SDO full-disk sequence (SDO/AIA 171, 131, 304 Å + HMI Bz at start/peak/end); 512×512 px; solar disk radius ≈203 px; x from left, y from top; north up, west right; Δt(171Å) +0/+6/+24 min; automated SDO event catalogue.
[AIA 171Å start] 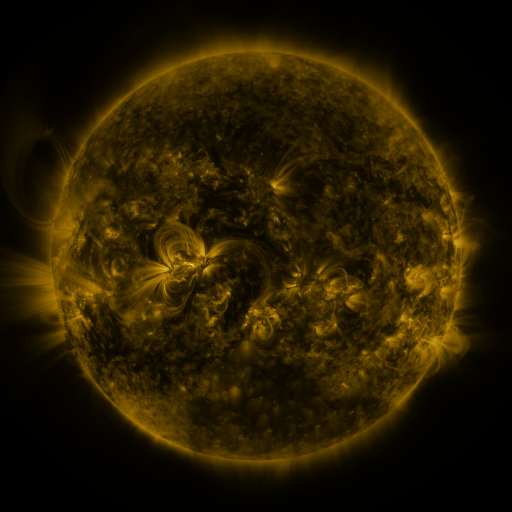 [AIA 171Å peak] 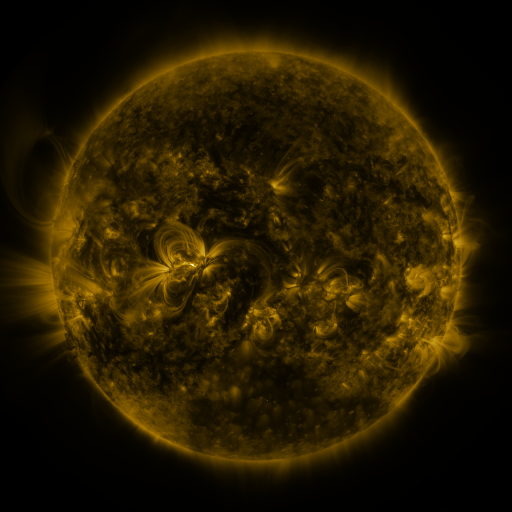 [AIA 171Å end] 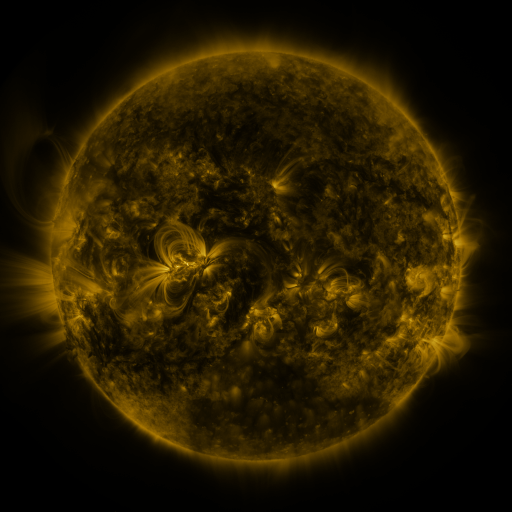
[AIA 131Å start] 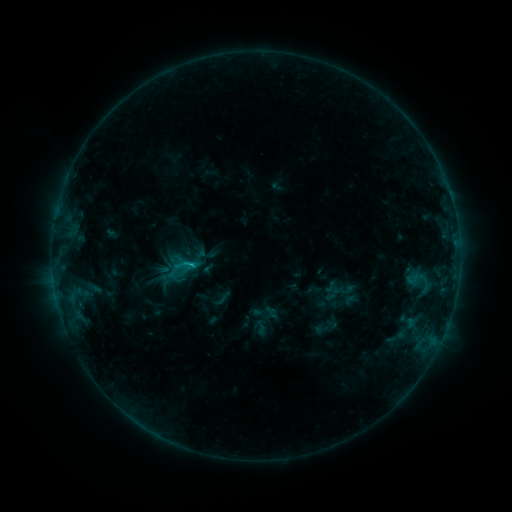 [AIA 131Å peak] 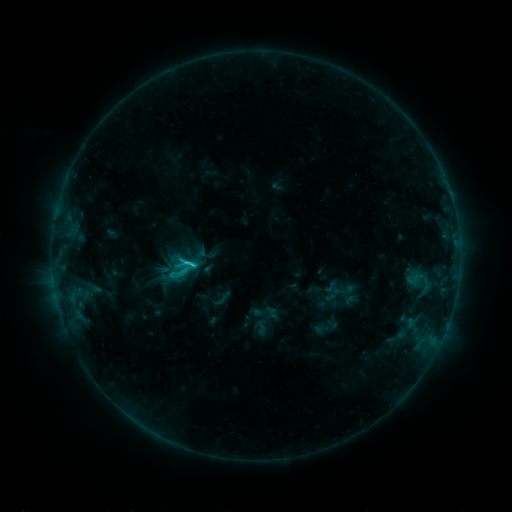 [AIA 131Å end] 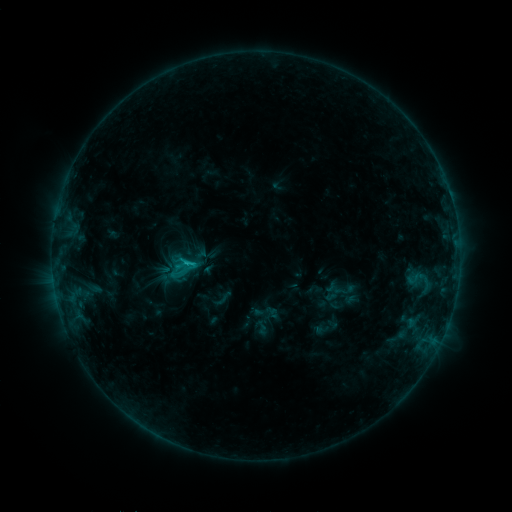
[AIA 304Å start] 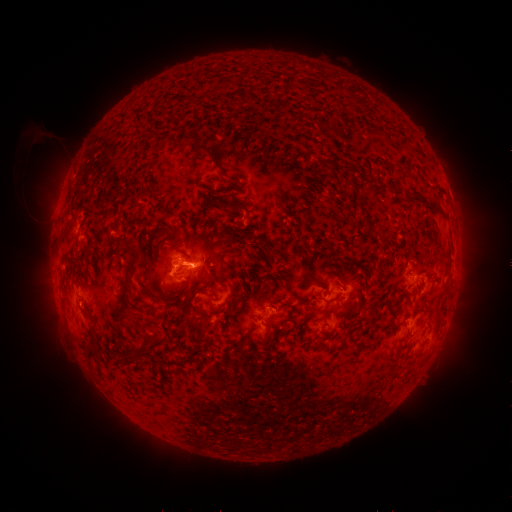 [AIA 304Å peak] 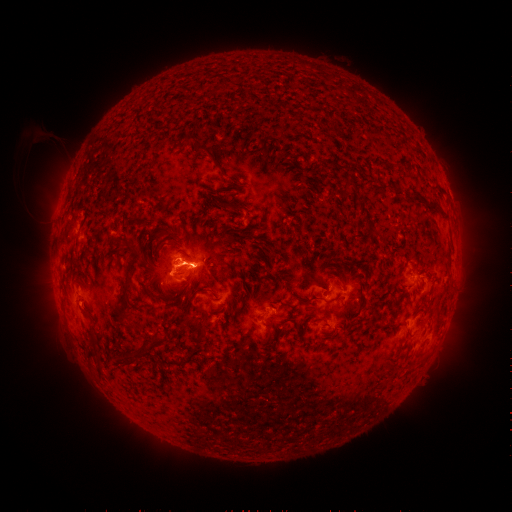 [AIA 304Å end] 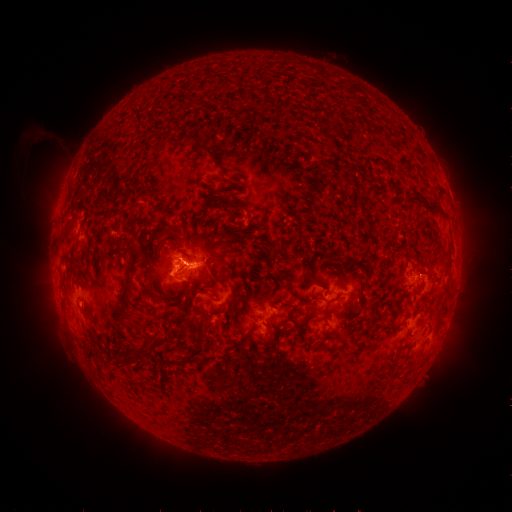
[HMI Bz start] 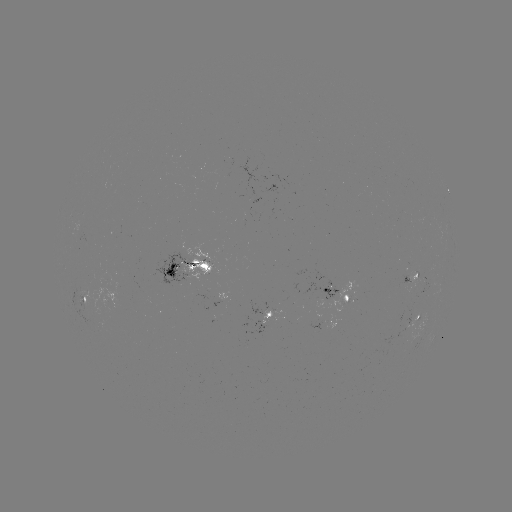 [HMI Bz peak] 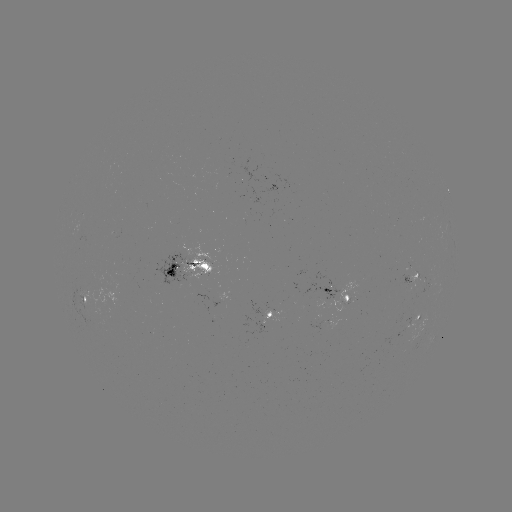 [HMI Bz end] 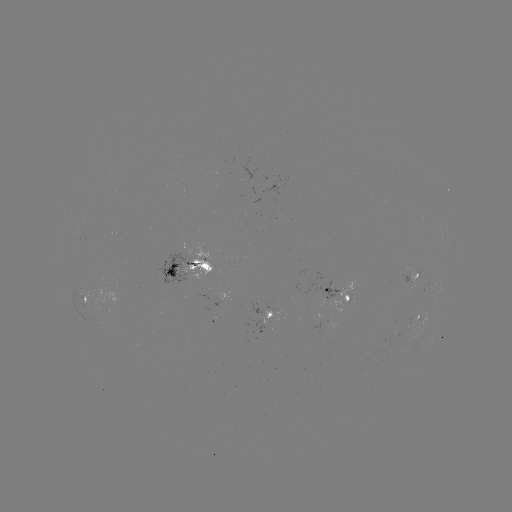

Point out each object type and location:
C2.4 flare: (196, 262)
